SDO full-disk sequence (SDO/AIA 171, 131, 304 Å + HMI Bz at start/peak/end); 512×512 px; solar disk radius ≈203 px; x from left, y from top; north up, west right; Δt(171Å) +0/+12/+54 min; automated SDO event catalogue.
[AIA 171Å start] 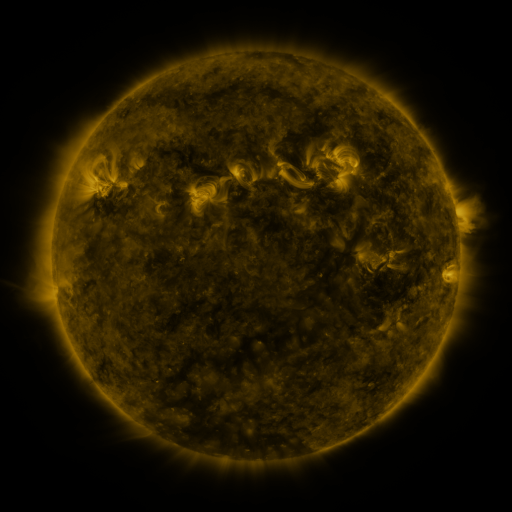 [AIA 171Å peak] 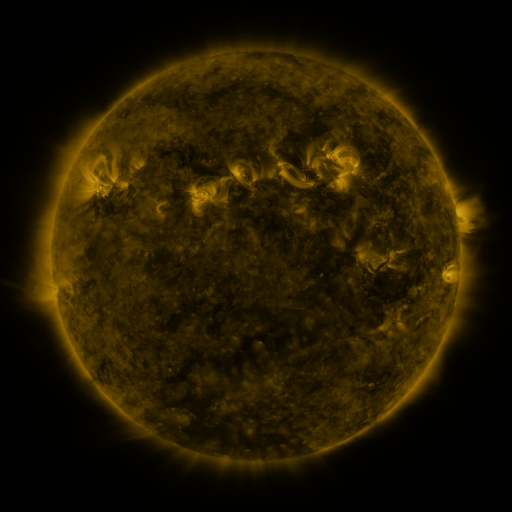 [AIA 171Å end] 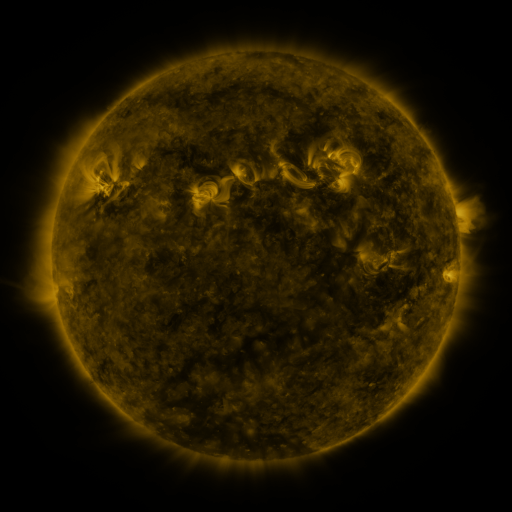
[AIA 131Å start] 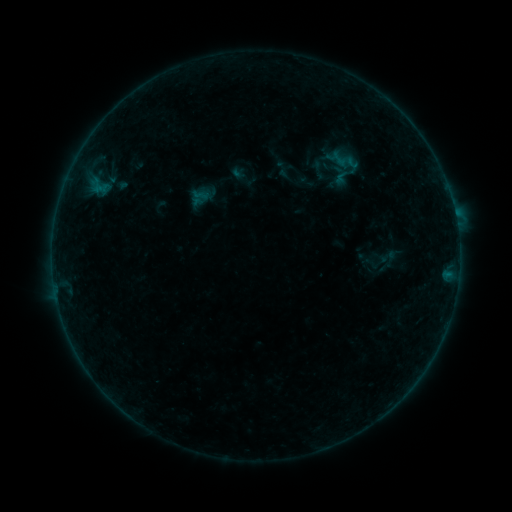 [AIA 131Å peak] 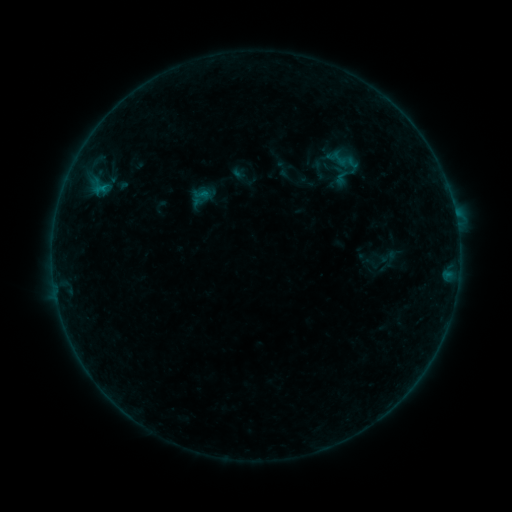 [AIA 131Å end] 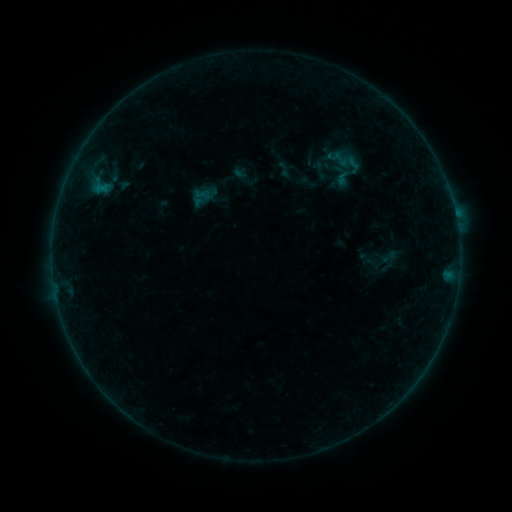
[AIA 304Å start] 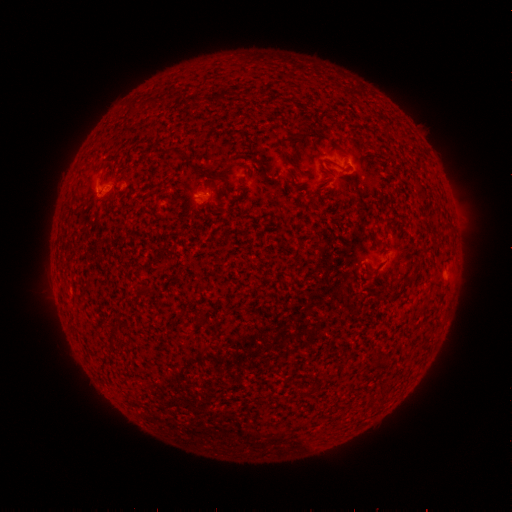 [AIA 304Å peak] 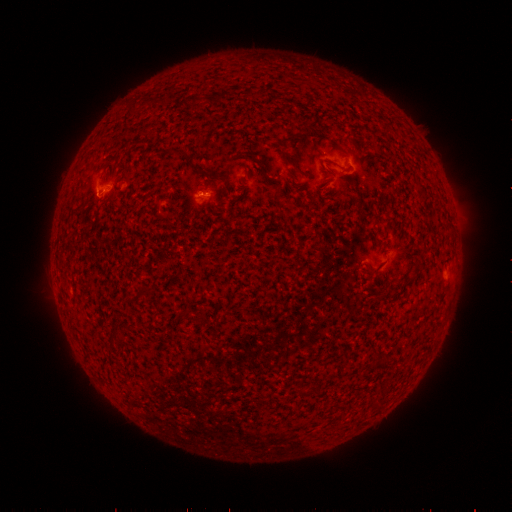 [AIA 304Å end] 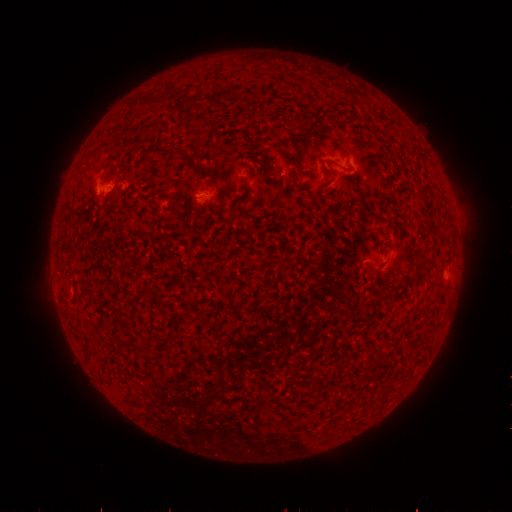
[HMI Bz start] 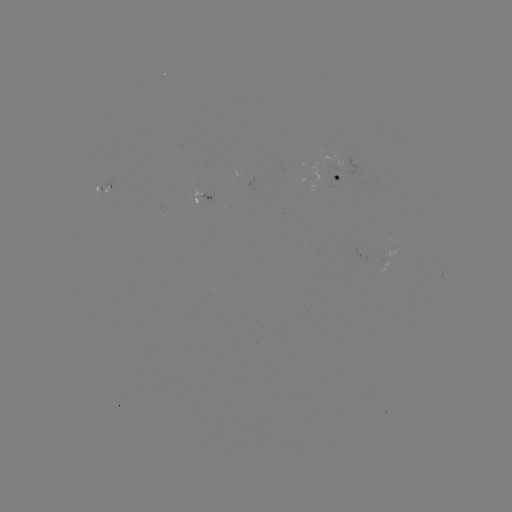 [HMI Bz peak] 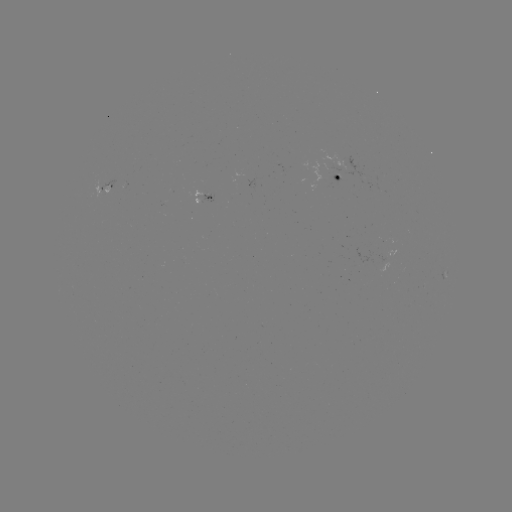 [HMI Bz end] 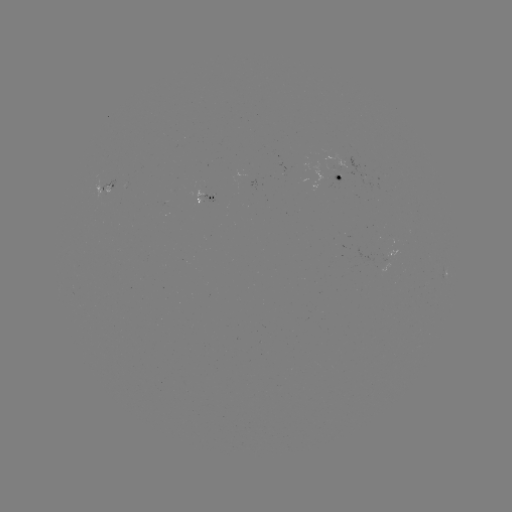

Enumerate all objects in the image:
B2.9 flare: (102, 191)
